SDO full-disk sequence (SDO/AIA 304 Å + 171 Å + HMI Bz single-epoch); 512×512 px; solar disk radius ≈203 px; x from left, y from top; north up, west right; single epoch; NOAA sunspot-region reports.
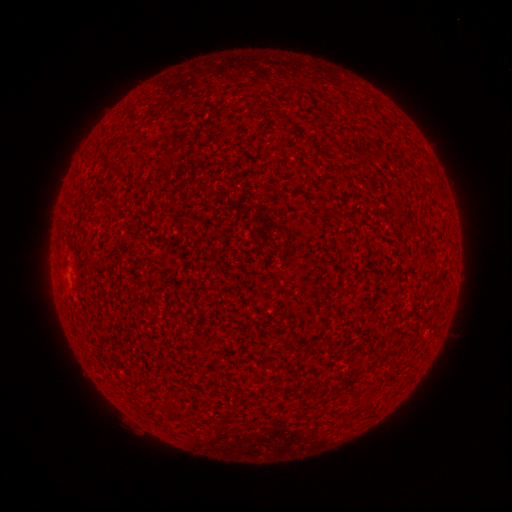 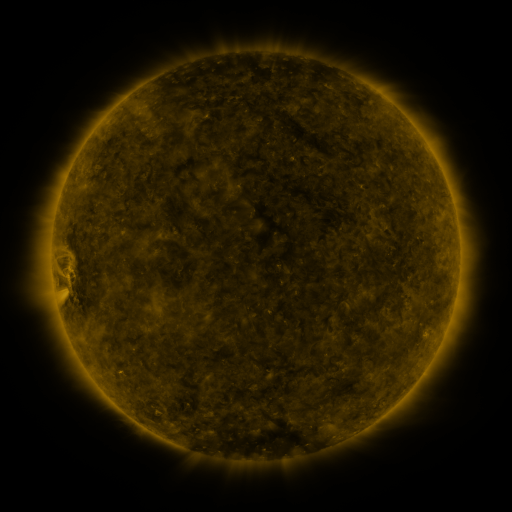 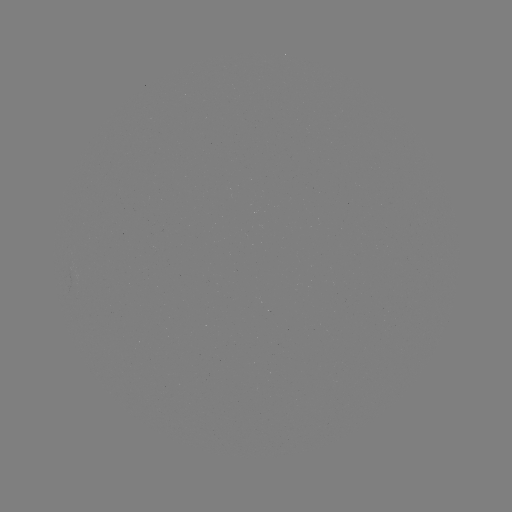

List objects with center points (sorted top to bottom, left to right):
(none)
